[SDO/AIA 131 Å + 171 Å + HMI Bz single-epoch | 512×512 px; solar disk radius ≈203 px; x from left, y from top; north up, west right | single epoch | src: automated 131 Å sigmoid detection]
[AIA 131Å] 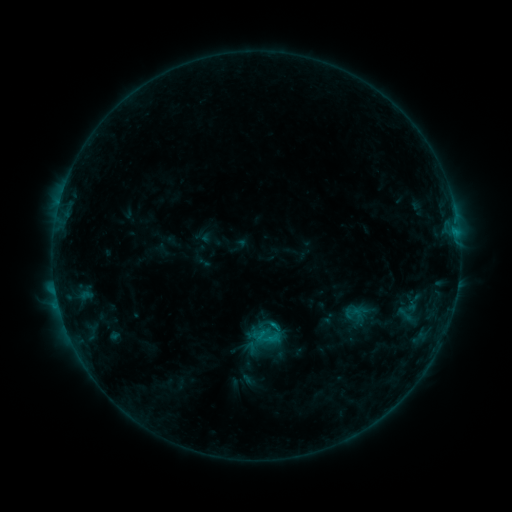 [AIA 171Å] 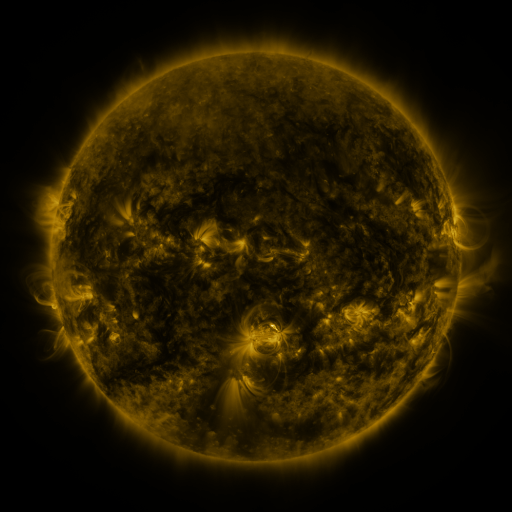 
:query sigmoid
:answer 405,314